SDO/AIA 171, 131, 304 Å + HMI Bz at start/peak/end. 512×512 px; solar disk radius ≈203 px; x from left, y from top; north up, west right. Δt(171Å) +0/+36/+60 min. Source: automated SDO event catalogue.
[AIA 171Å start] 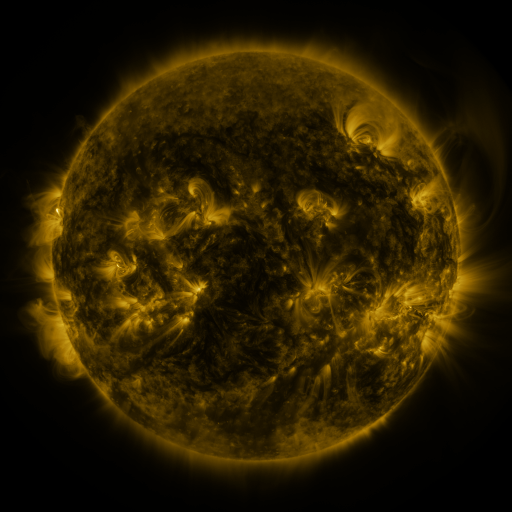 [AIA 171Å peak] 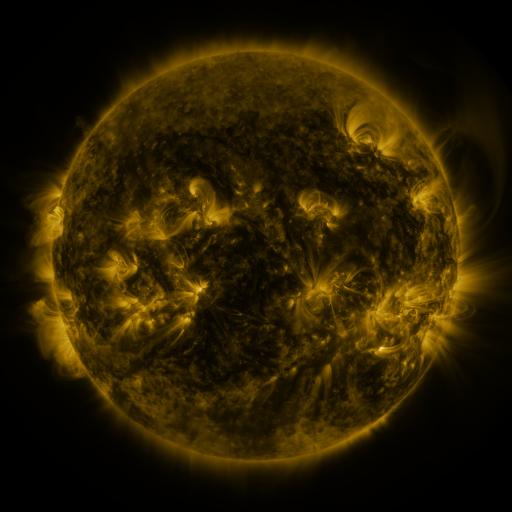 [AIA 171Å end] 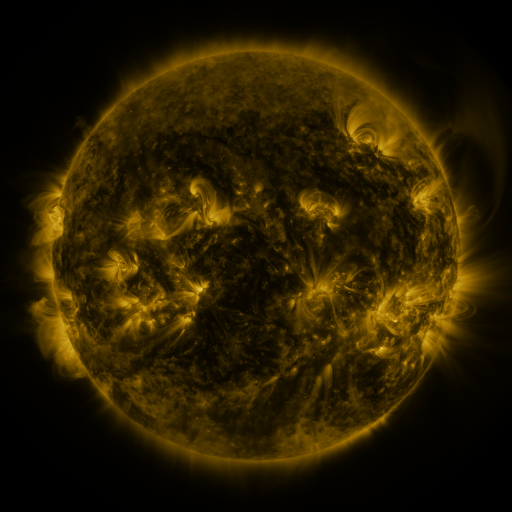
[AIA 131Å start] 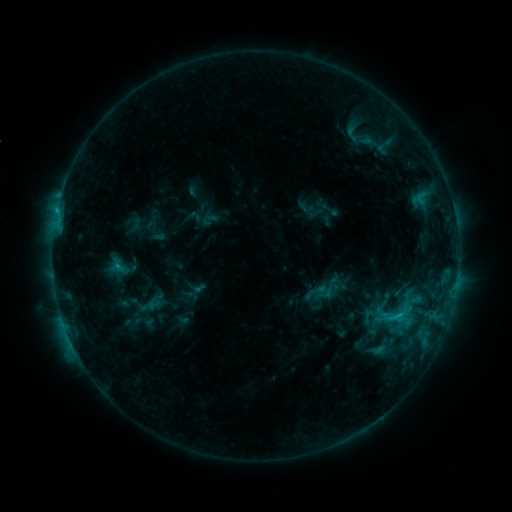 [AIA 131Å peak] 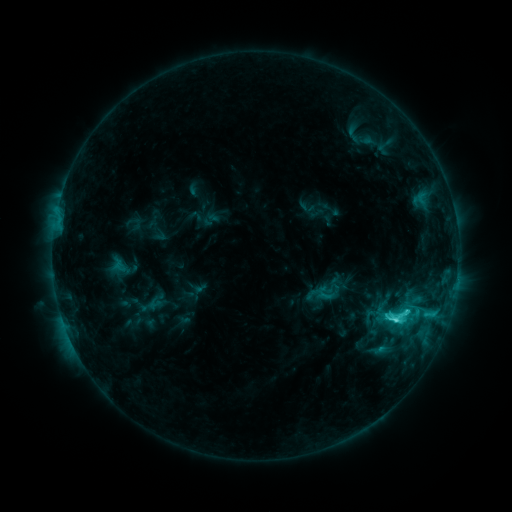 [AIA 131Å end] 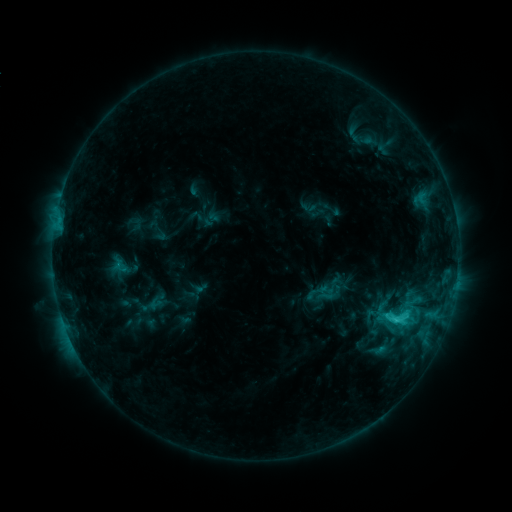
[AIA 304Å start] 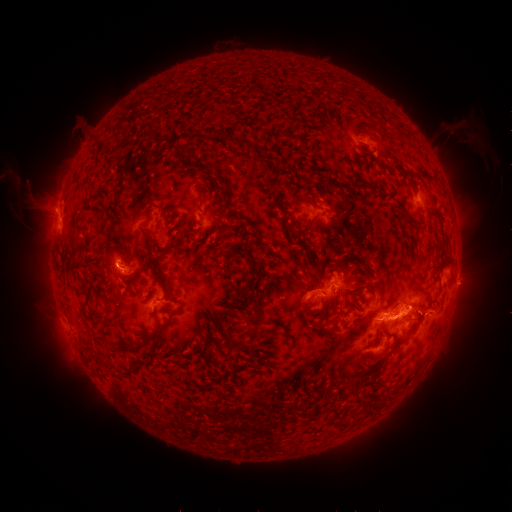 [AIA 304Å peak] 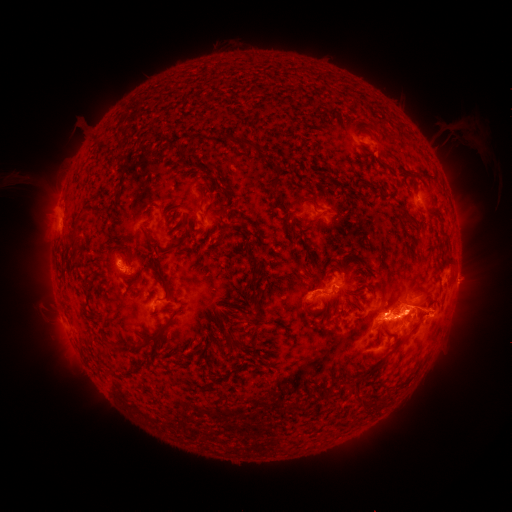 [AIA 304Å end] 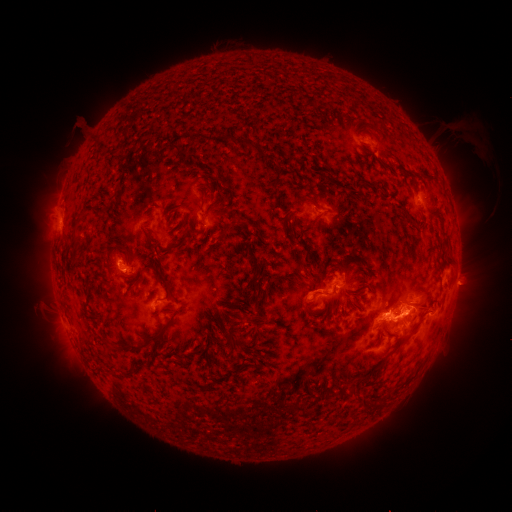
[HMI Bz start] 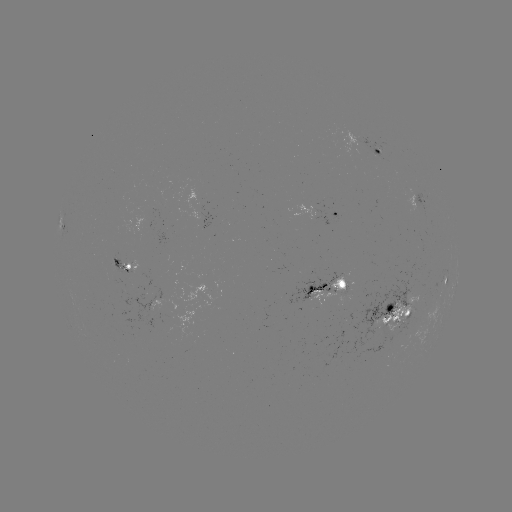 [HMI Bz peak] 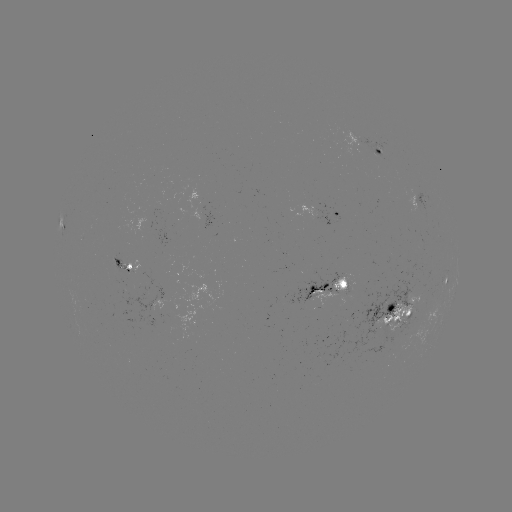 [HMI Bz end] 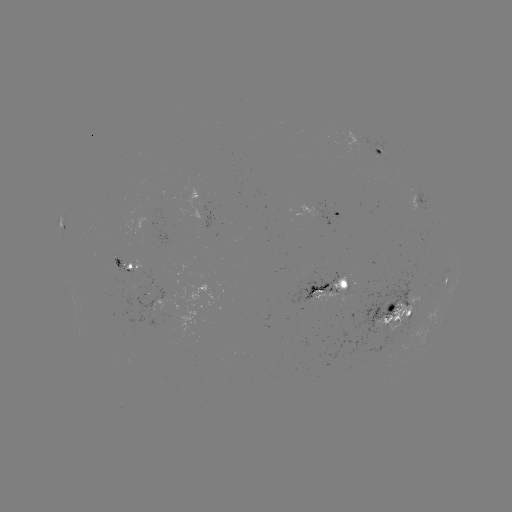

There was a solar flare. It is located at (394, 318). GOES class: C6.7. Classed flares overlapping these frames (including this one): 1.